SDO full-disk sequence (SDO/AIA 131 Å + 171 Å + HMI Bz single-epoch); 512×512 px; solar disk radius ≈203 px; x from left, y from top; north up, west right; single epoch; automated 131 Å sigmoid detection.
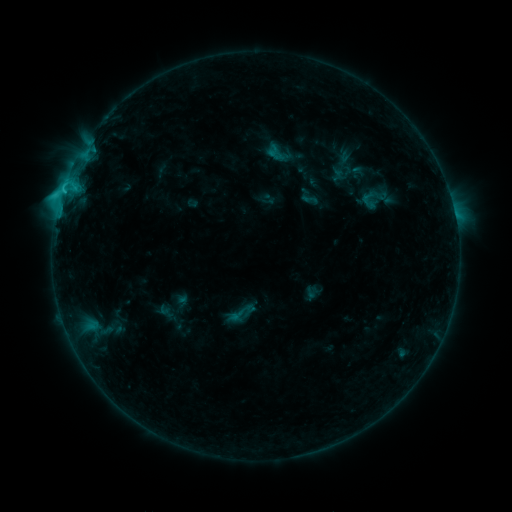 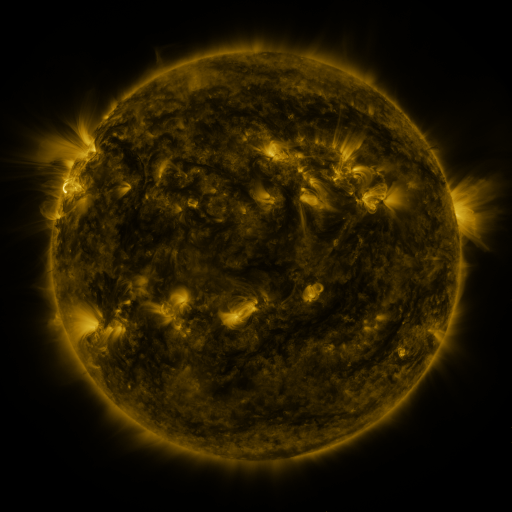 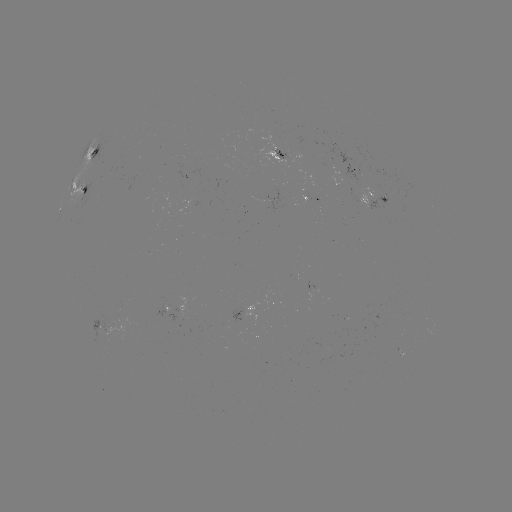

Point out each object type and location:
sigmoid: (309, 199)
